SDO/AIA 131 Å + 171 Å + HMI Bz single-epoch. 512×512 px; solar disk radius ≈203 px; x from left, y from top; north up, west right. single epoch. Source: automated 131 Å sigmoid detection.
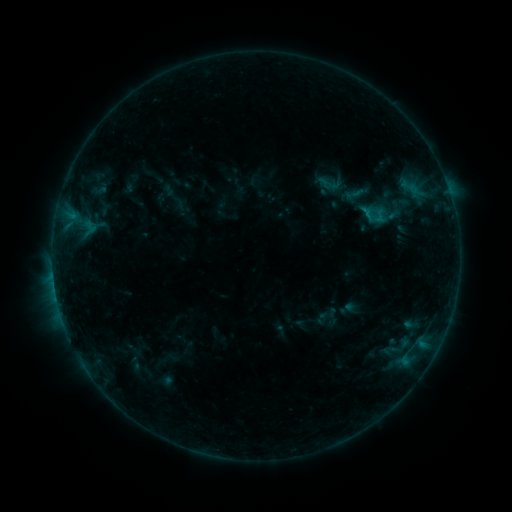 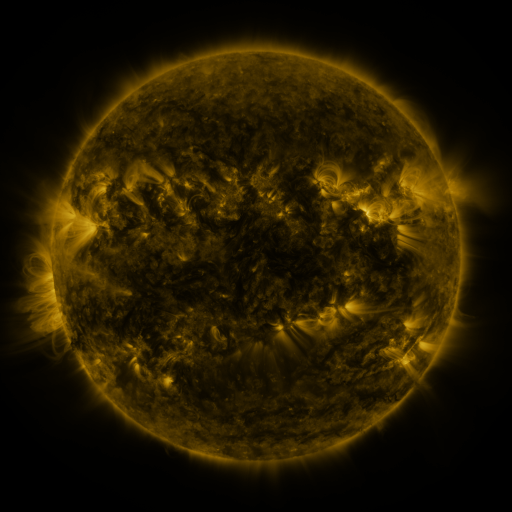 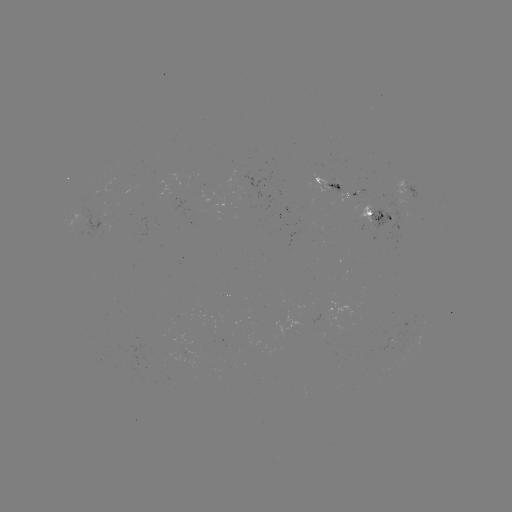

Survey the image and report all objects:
sigmoid: <bbox>369, 207, 390, 225</bbox>
